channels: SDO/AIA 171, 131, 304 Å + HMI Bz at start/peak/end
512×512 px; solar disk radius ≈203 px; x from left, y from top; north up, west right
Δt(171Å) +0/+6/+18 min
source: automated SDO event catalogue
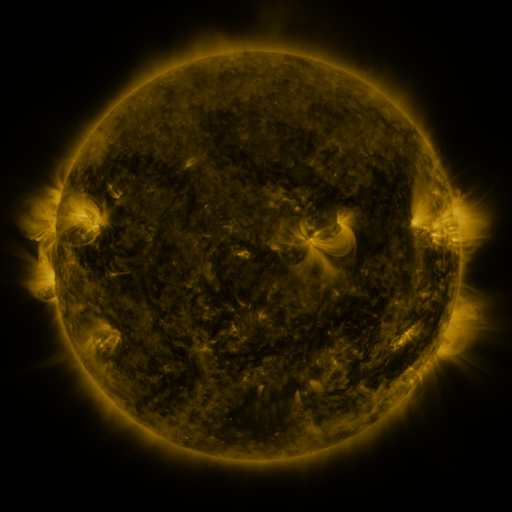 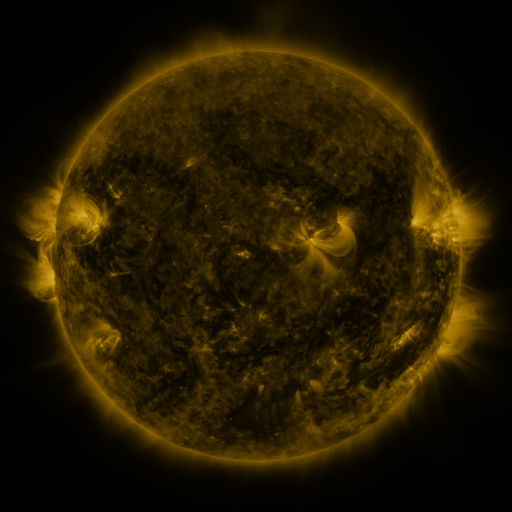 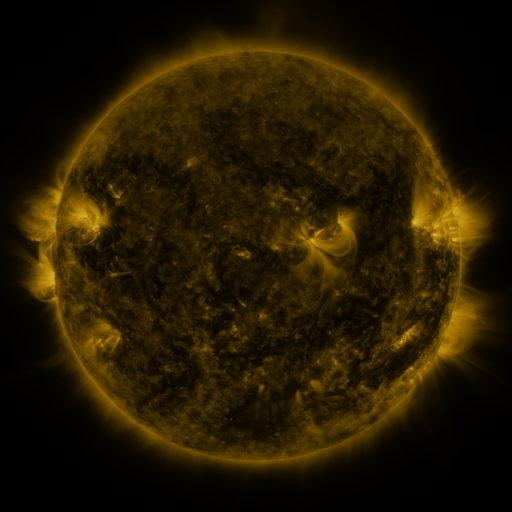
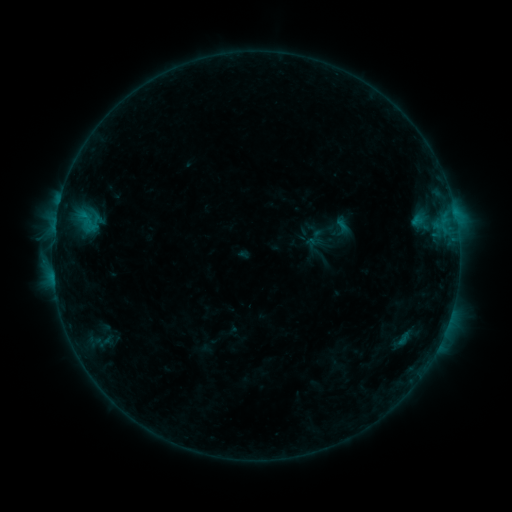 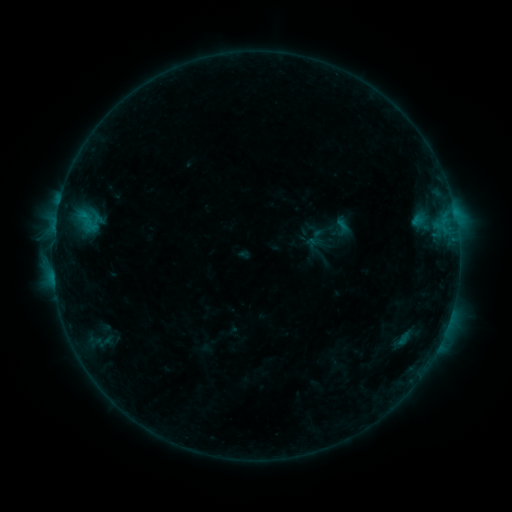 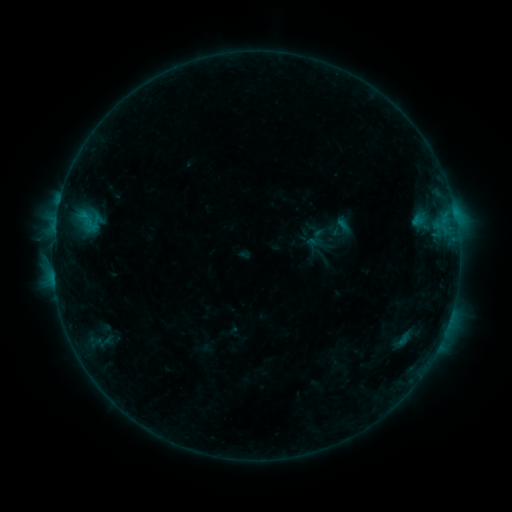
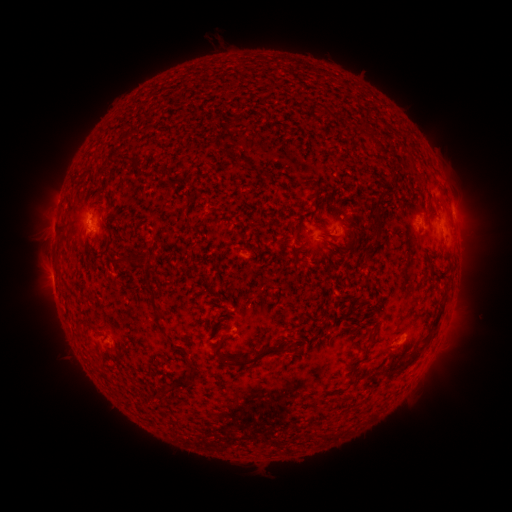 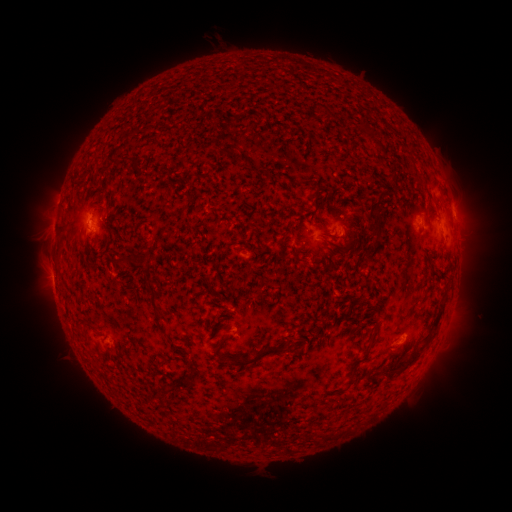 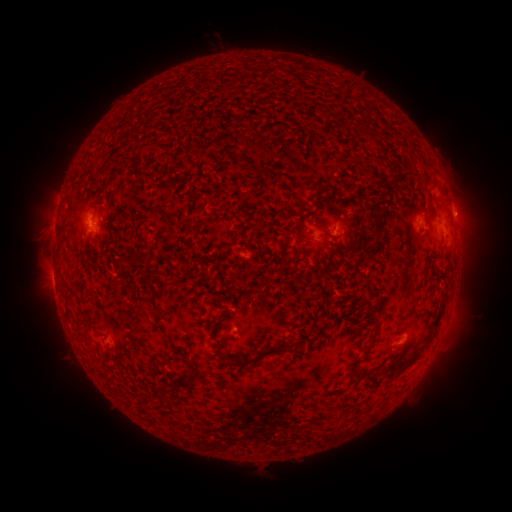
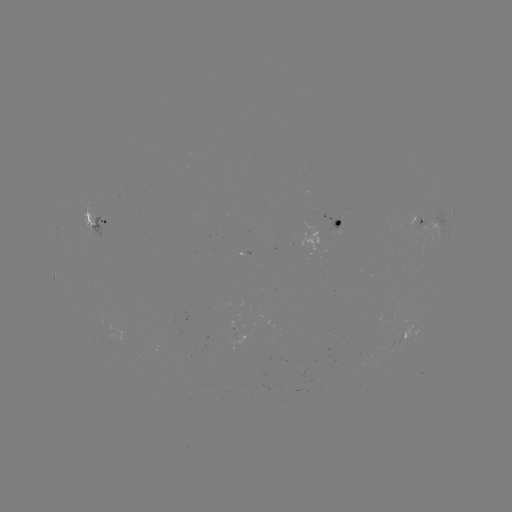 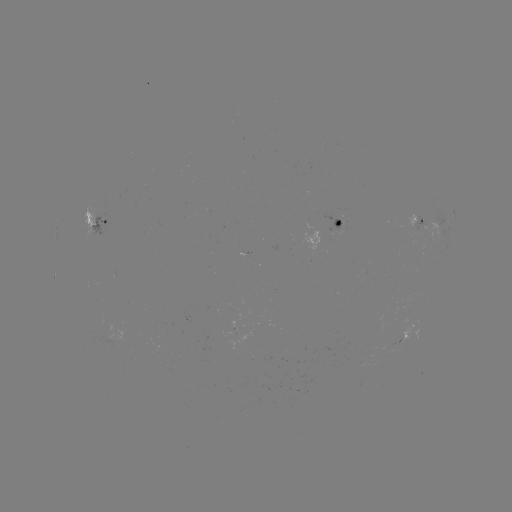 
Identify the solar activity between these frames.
no classed flare was catalogued and no EUV brightening was flagged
